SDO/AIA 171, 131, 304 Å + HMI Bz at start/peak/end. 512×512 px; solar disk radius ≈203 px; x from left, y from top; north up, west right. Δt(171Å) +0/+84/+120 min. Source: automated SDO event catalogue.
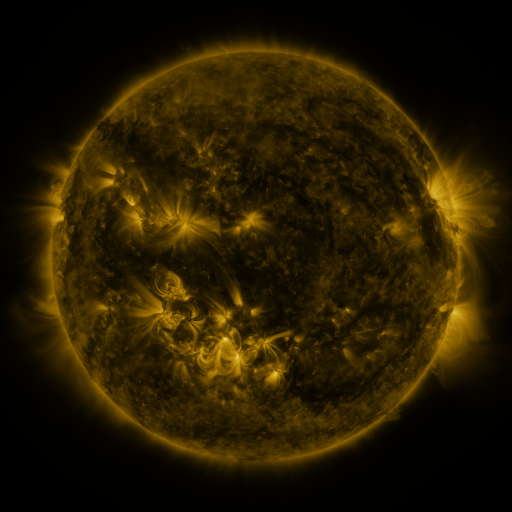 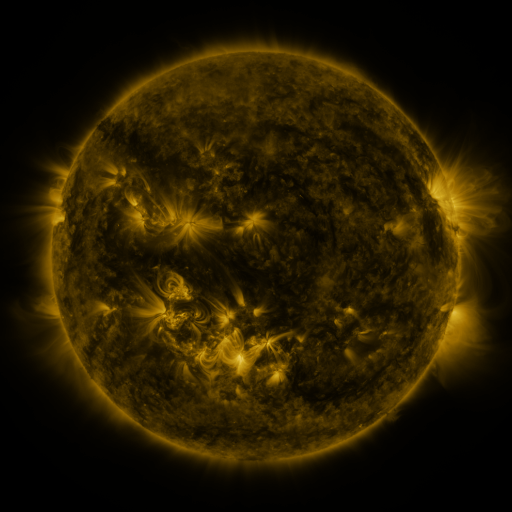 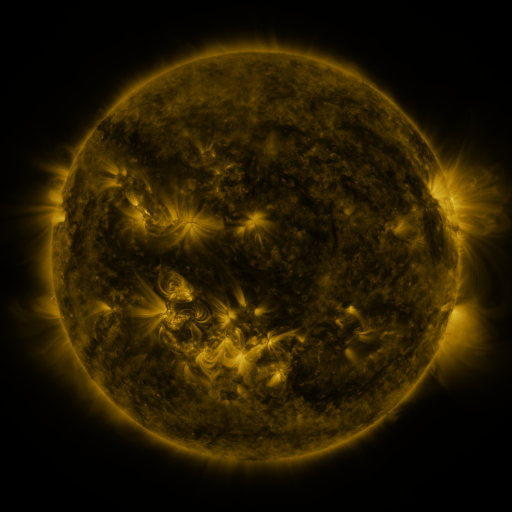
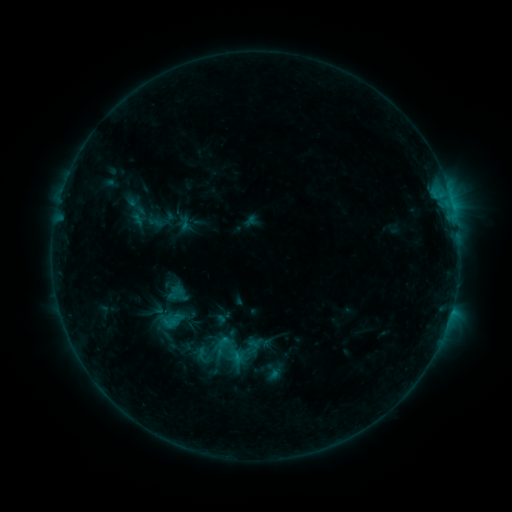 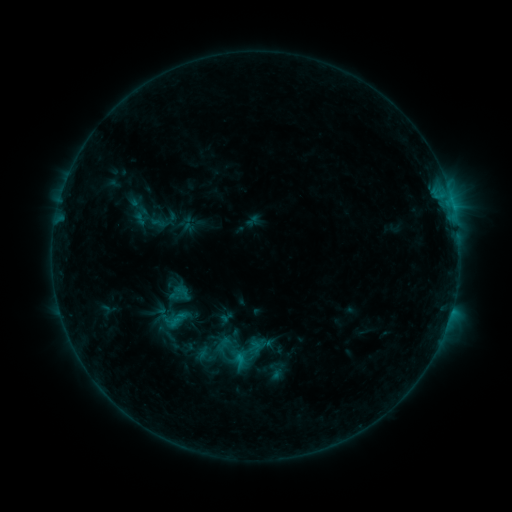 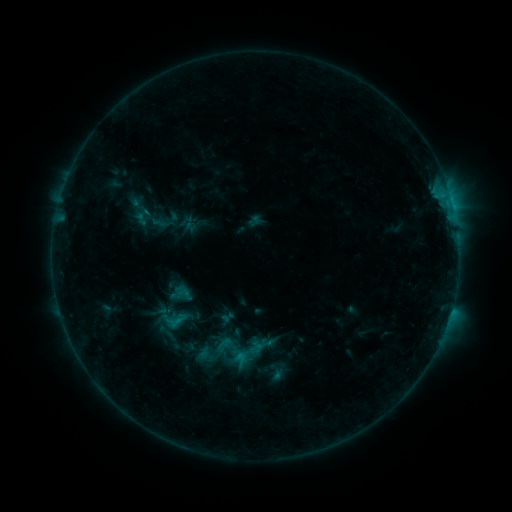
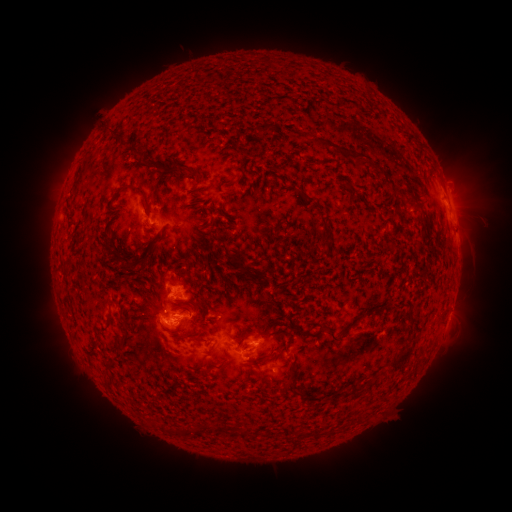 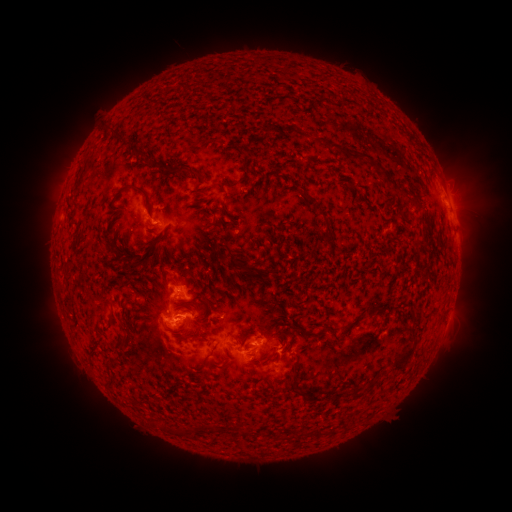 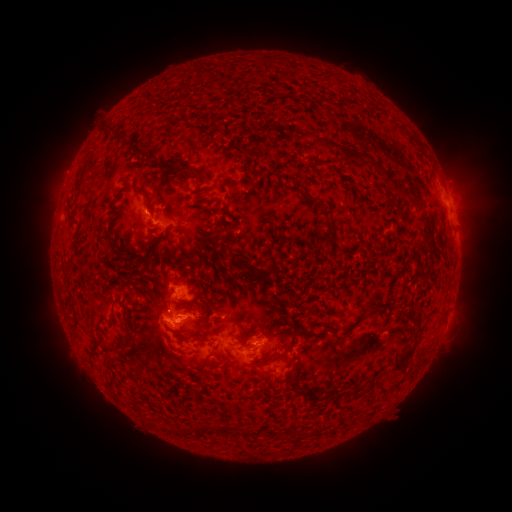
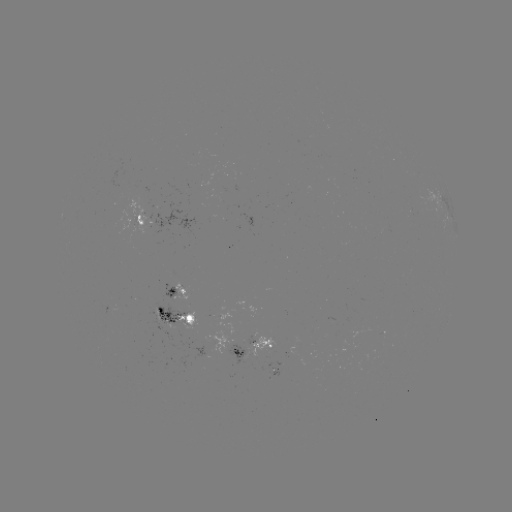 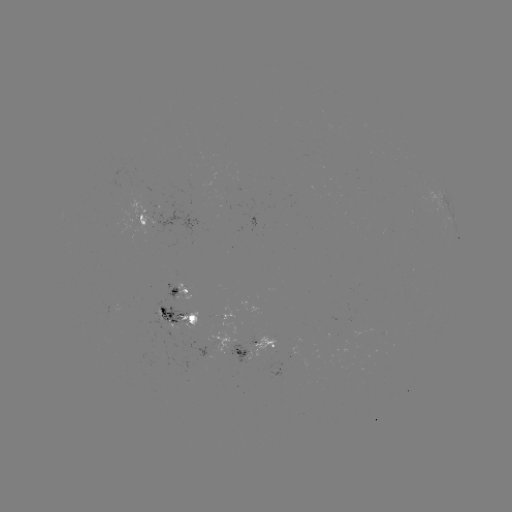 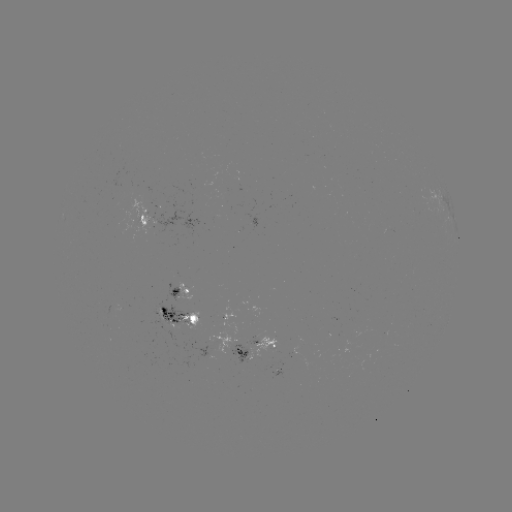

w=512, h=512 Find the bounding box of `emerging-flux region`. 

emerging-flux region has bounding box [176, 311, 200, 329].